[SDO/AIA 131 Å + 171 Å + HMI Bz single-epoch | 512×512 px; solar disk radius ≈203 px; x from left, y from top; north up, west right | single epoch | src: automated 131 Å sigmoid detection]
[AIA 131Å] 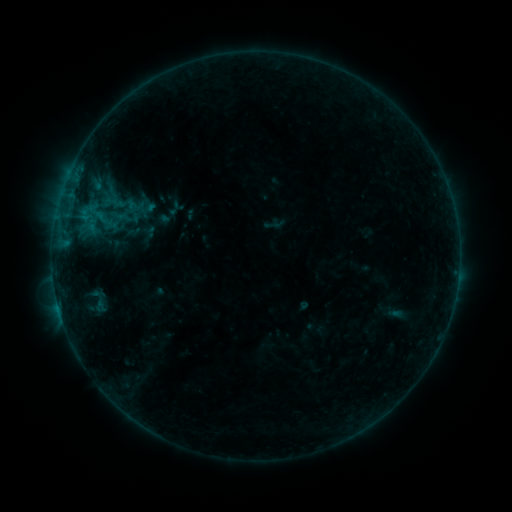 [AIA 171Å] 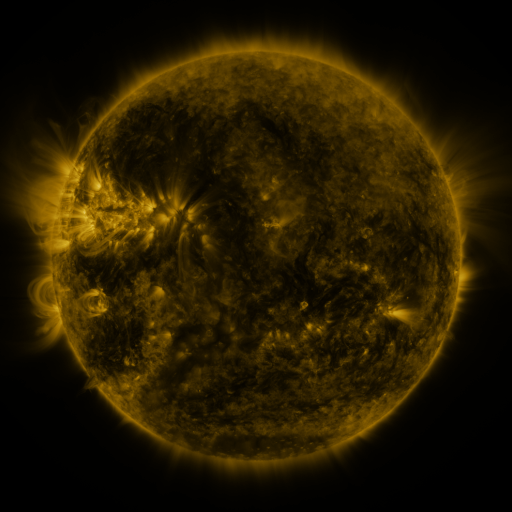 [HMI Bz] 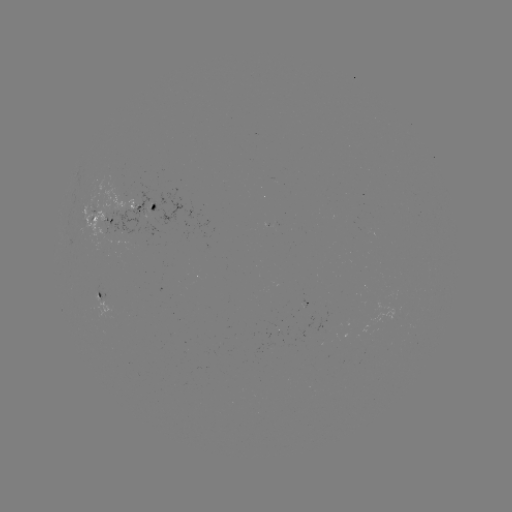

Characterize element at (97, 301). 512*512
sigmoid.